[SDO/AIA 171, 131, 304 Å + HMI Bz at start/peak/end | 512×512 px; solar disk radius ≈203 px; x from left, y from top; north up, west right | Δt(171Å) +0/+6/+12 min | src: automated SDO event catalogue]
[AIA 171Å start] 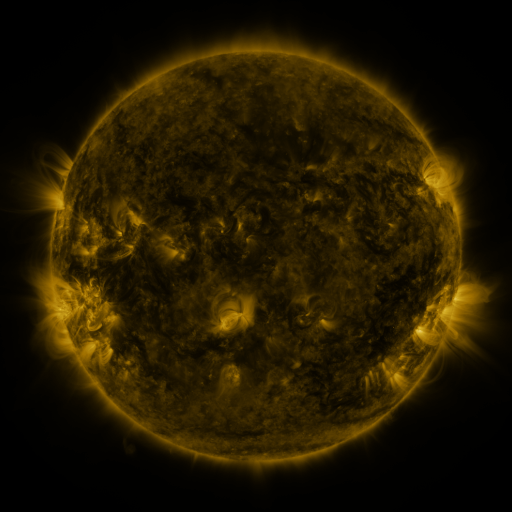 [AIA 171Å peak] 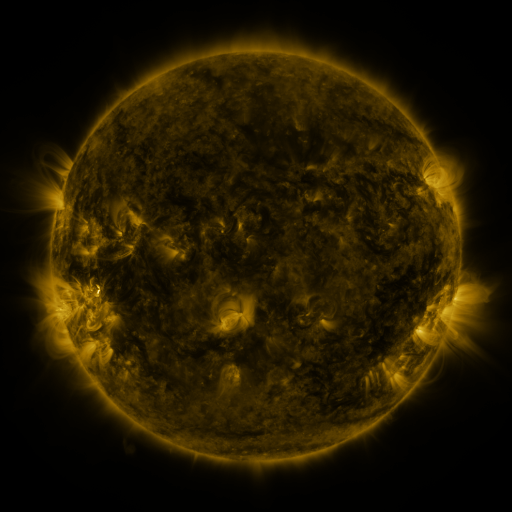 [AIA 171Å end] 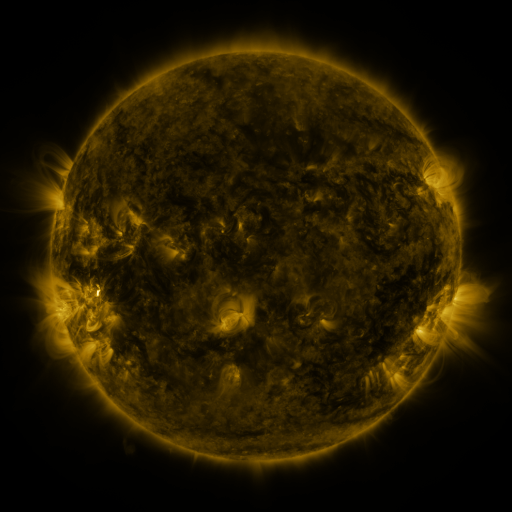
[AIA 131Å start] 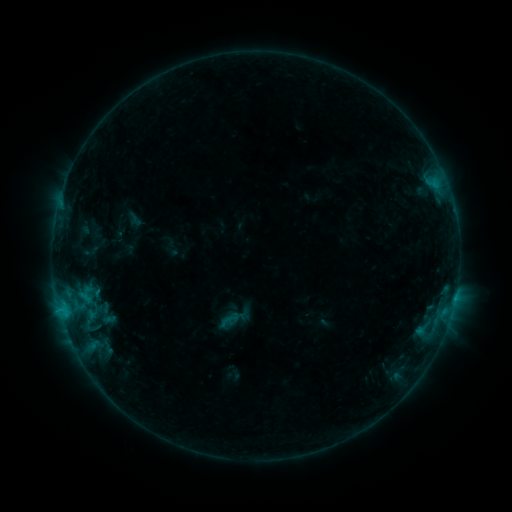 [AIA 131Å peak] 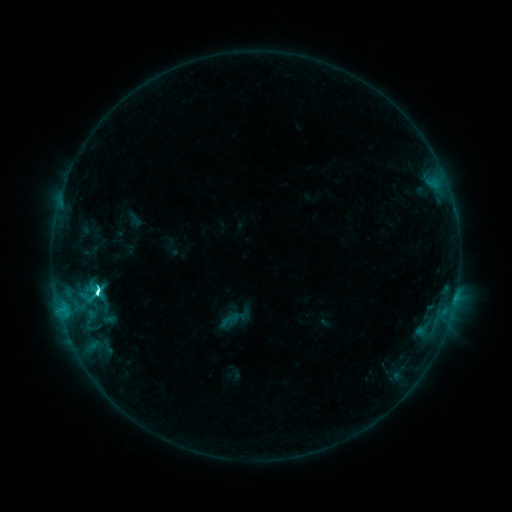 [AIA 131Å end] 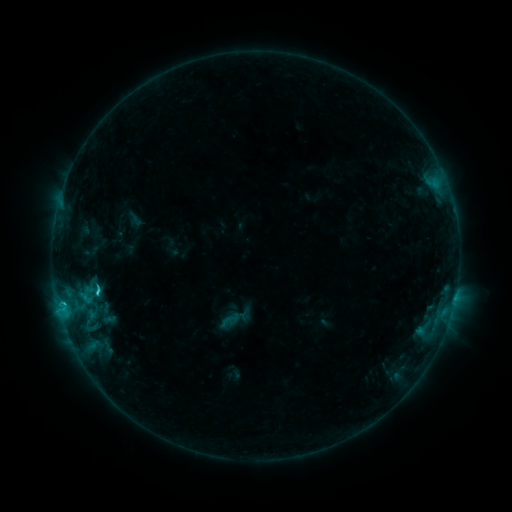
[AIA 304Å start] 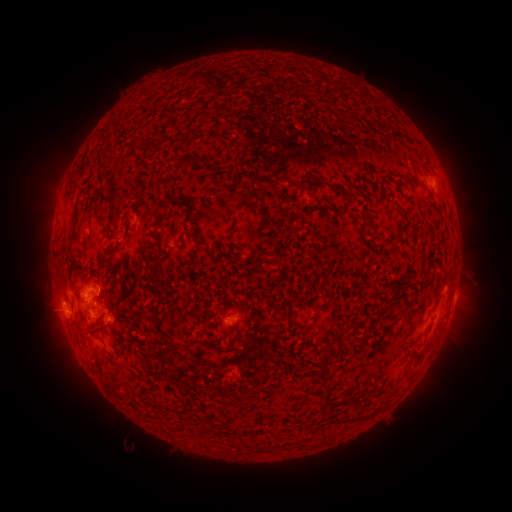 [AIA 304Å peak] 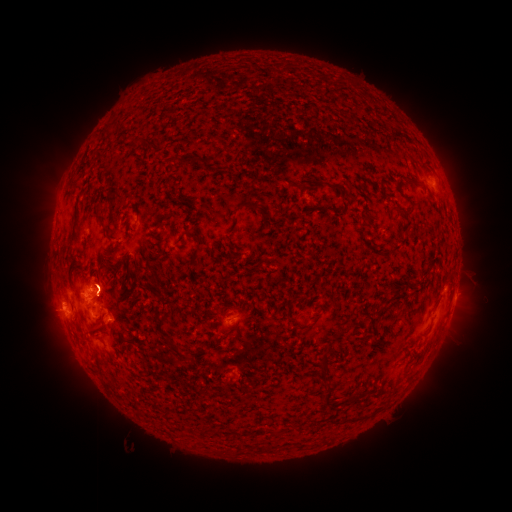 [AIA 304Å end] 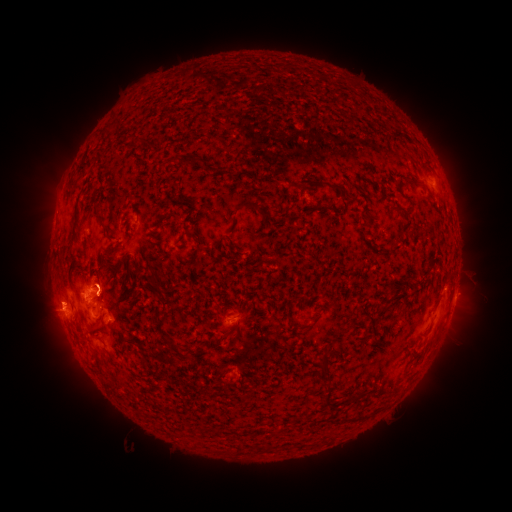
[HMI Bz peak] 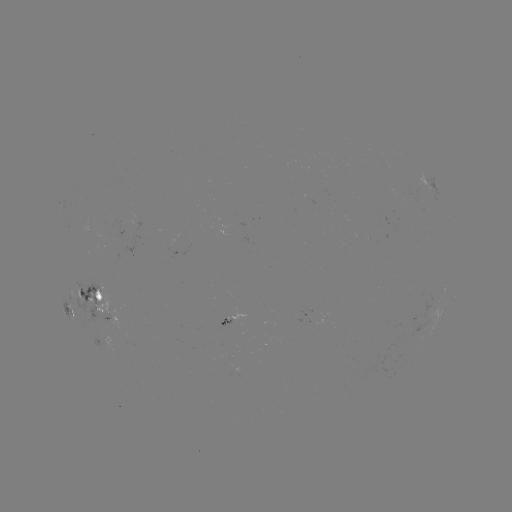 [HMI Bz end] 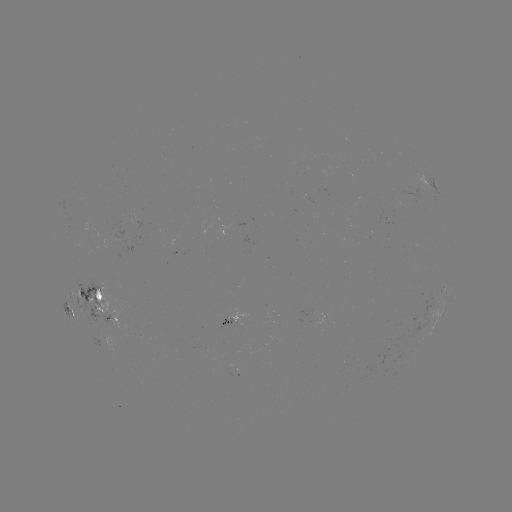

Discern C6.0 flare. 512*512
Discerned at [99, 291].